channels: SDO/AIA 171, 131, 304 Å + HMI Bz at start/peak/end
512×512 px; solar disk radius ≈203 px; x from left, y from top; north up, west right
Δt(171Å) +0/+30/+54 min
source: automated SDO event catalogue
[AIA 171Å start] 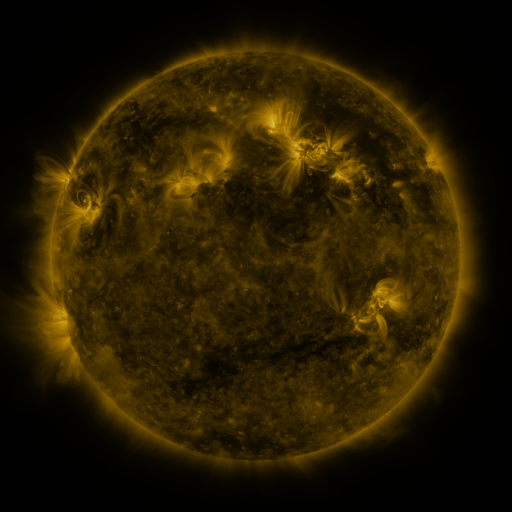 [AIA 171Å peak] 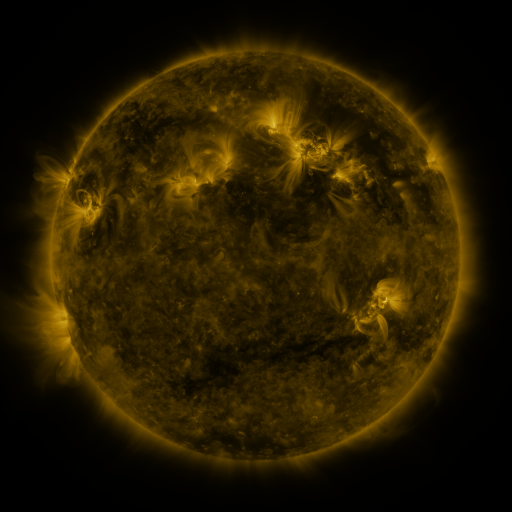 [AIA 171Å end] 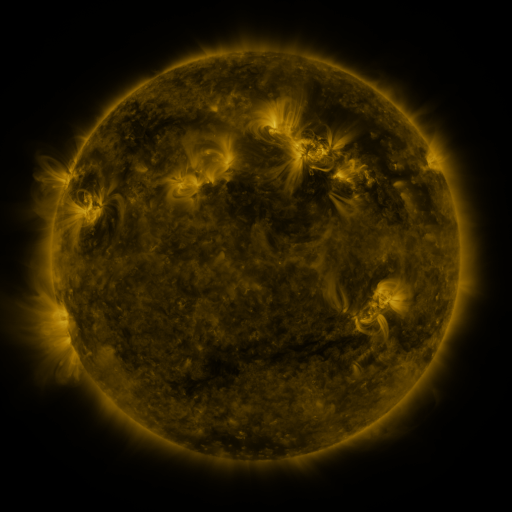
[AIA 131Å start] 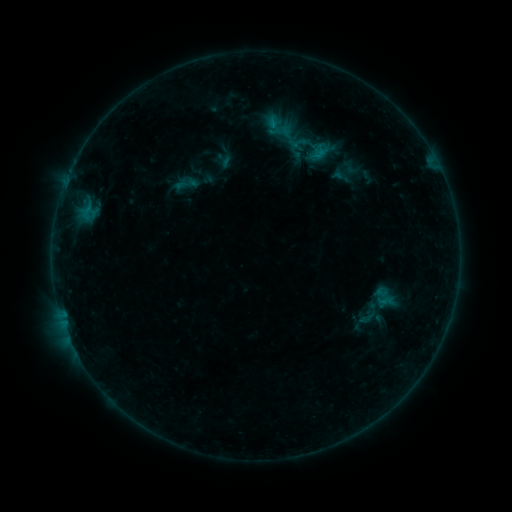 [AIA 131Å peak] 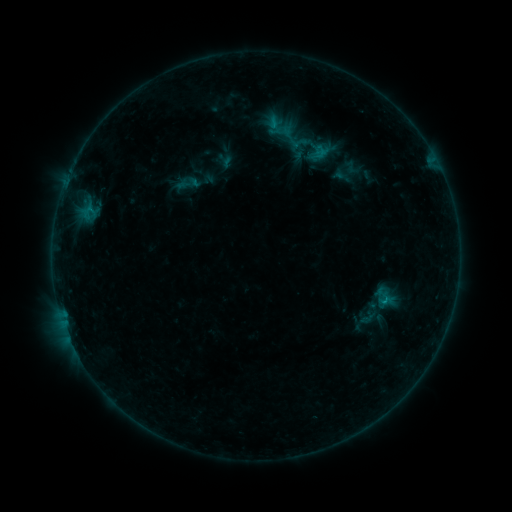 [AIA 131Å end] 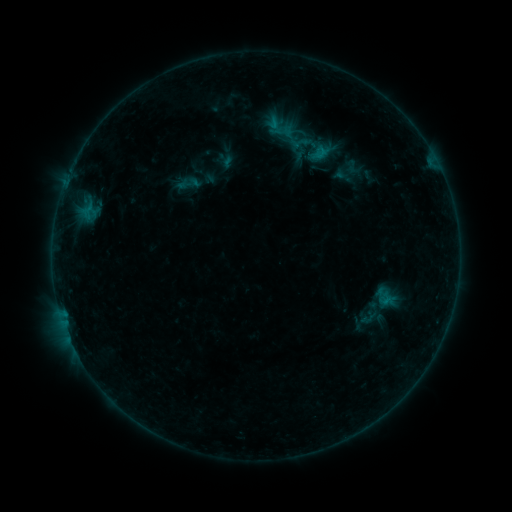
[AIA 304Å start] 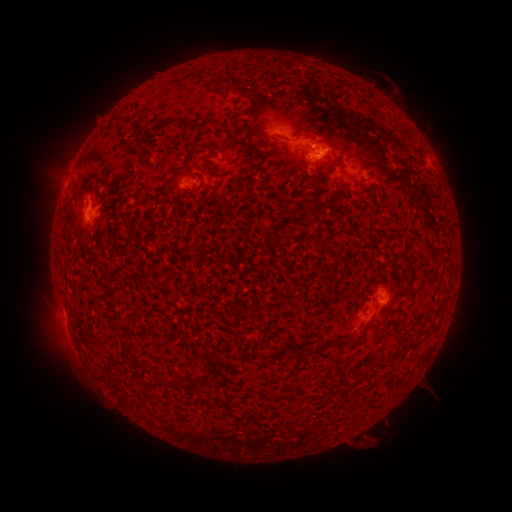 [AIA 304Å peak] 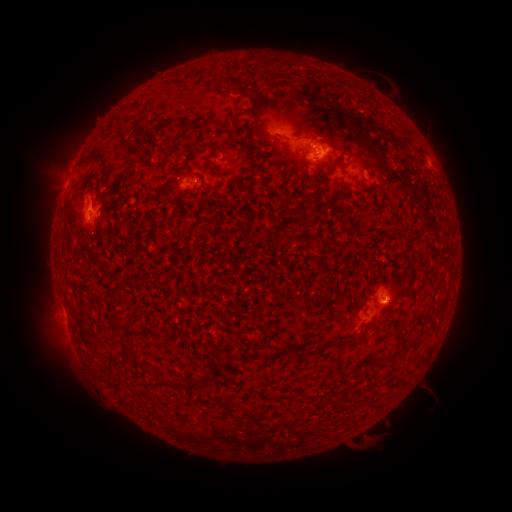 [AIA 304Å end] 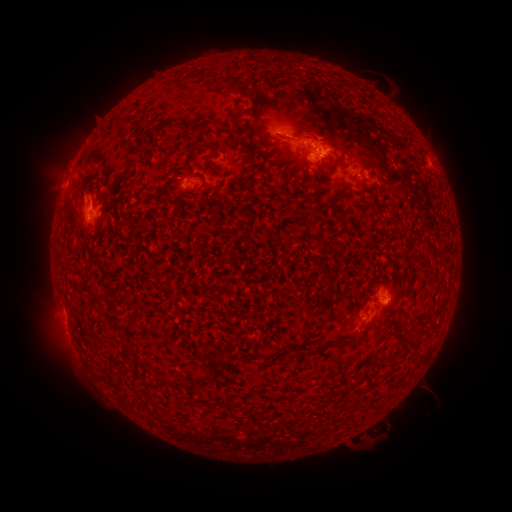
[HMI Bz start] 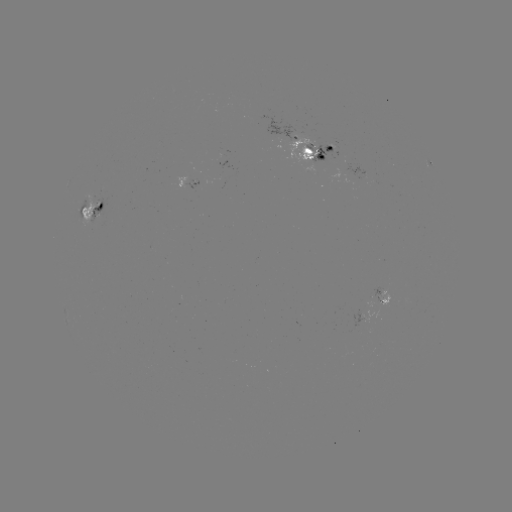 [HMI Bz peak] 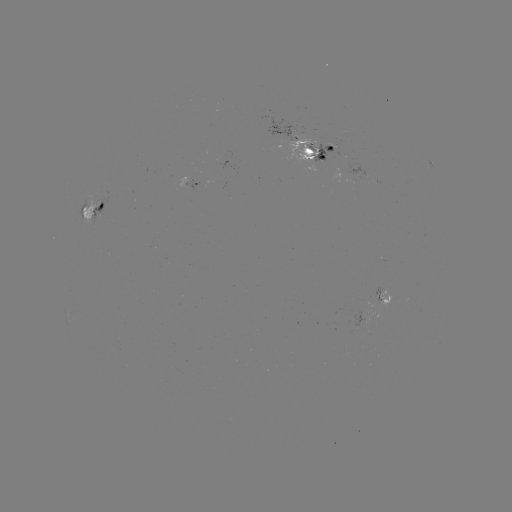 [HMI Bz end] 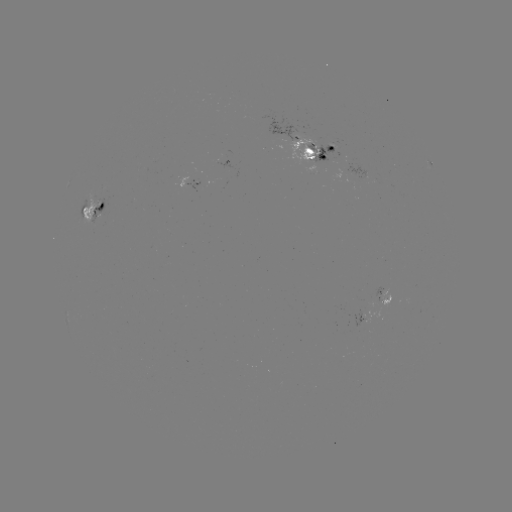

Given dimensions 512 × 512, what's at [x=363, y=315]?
emerging-flux region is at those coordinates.